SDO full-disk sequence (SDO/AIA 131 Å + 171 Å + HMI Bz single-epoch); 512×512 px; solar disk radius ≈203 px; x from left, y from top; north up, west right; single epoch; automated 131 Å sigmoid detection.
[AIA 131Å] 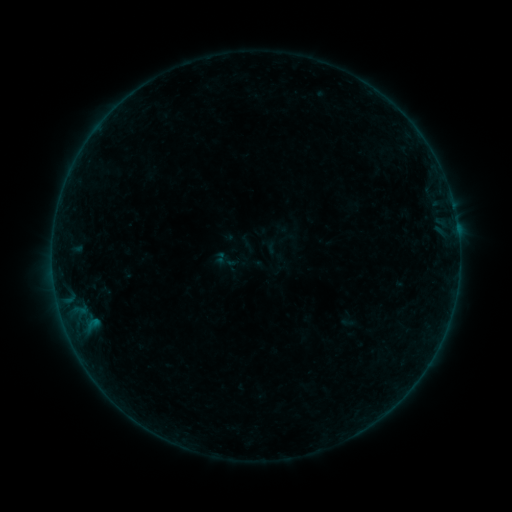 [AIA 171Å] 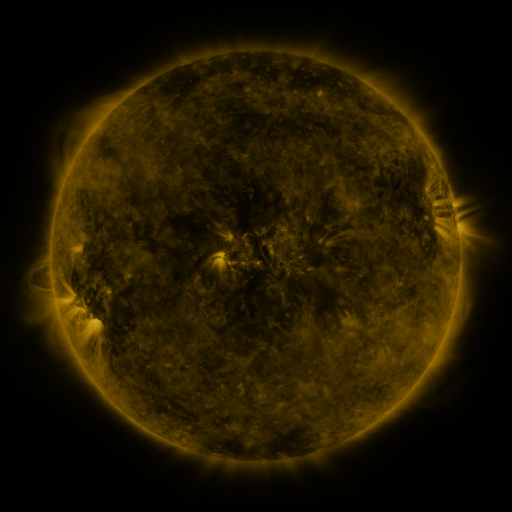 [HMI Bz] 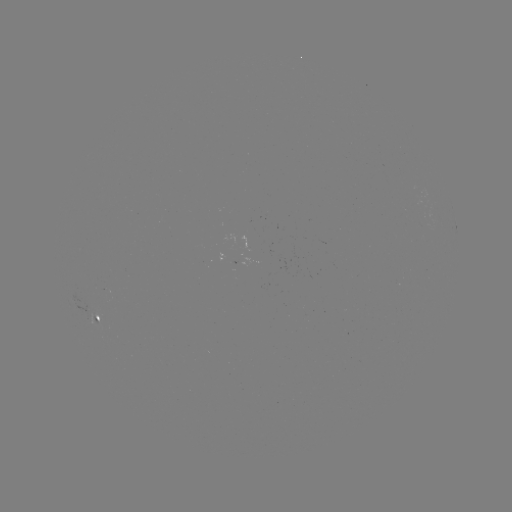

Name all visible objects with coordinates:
sigmoid: (235, 263)
